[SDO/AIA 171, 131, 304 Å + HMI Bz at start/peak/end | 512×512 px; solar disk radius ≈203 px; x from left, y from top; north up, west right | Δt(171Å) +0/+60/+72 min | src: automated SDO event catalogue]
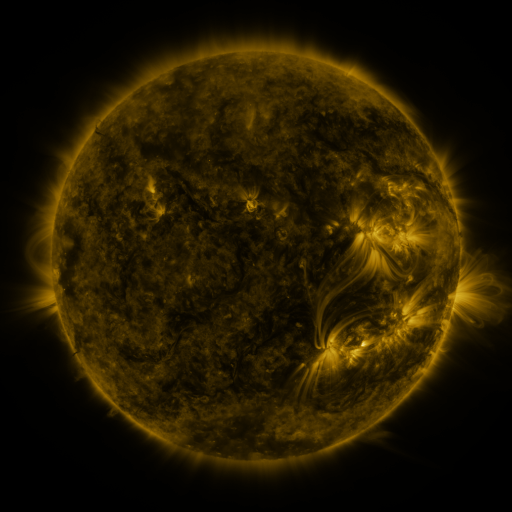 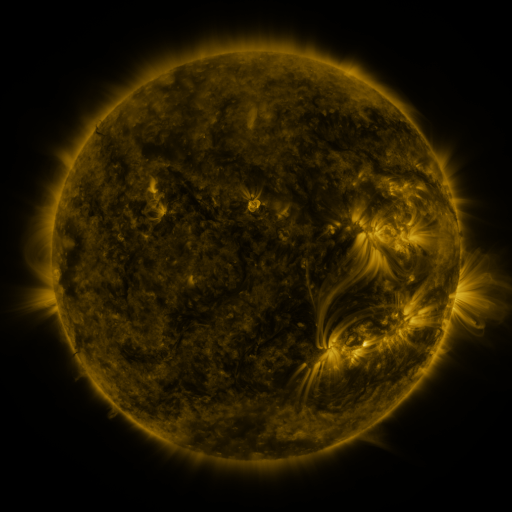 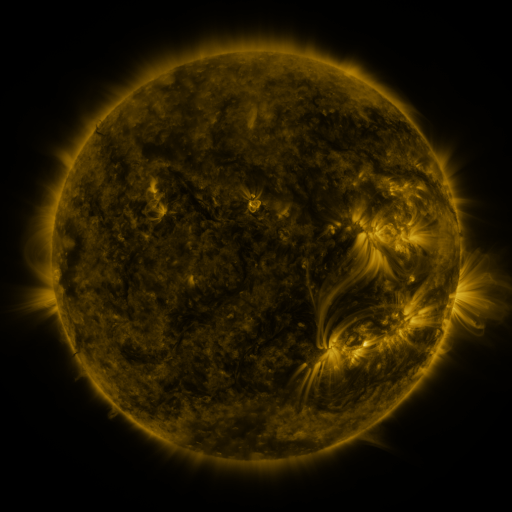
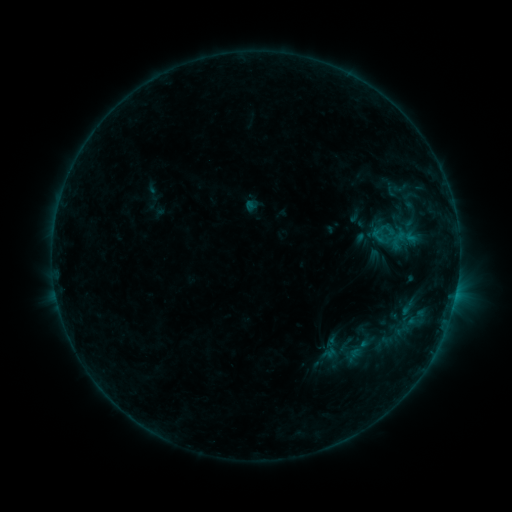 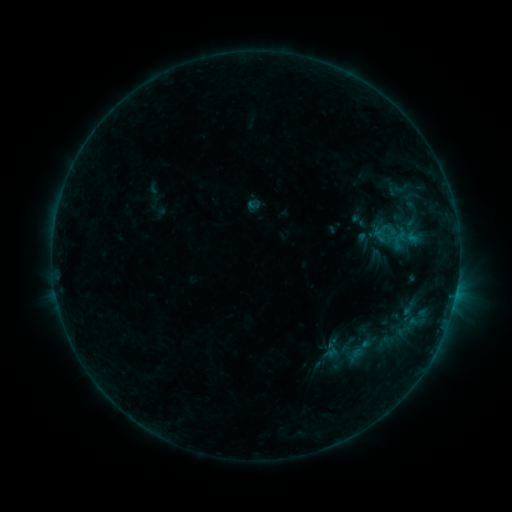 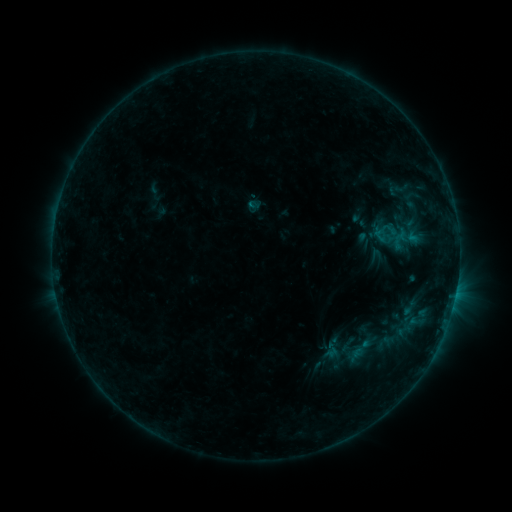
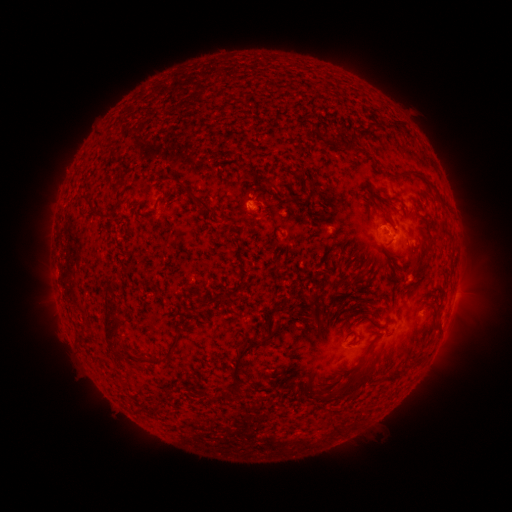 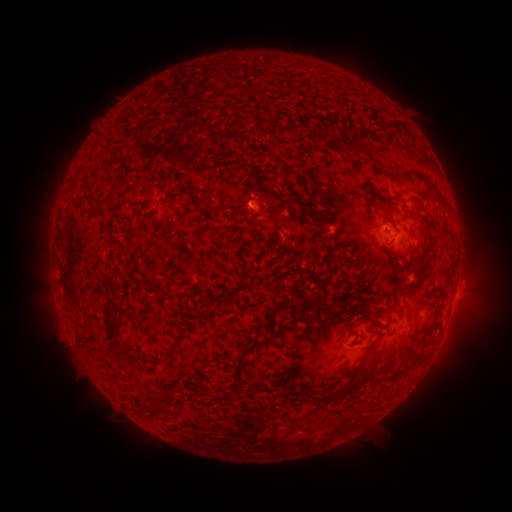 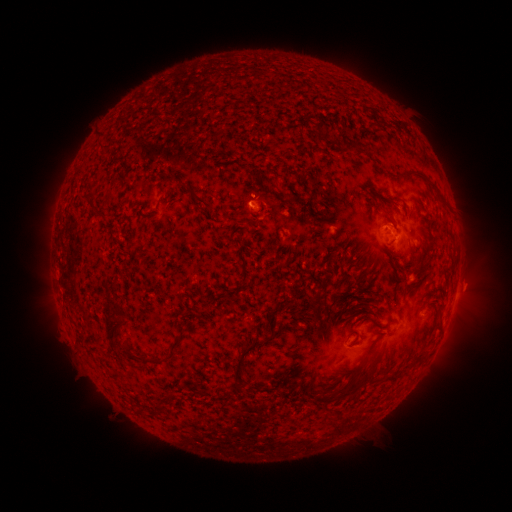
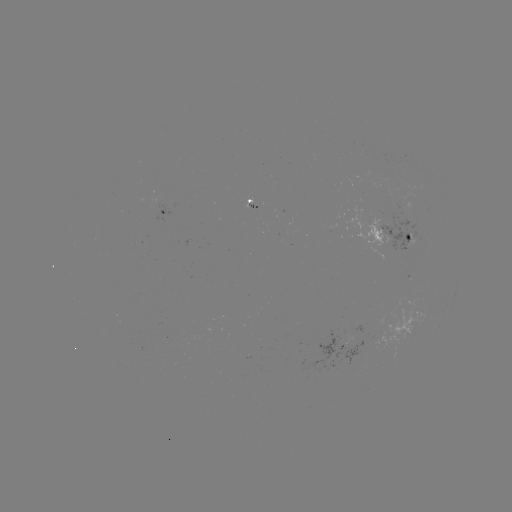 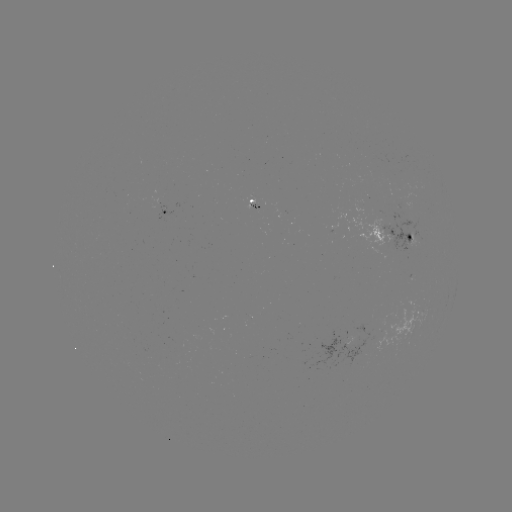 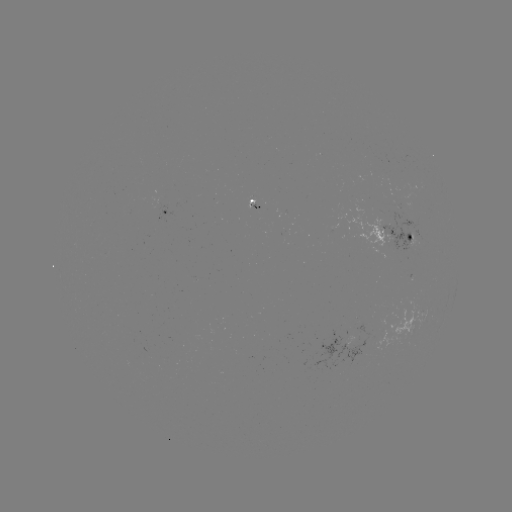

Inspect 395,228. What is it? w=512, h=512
emerging-flux region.